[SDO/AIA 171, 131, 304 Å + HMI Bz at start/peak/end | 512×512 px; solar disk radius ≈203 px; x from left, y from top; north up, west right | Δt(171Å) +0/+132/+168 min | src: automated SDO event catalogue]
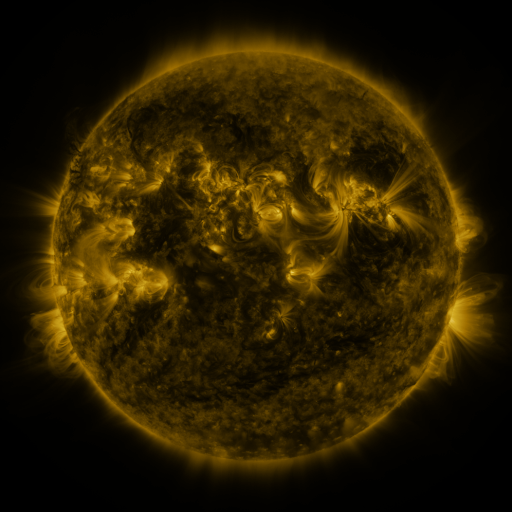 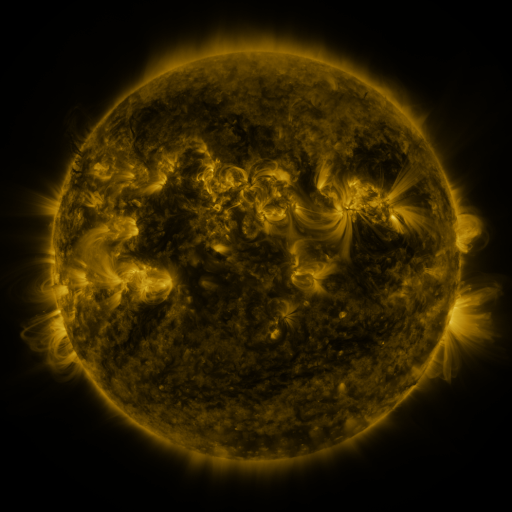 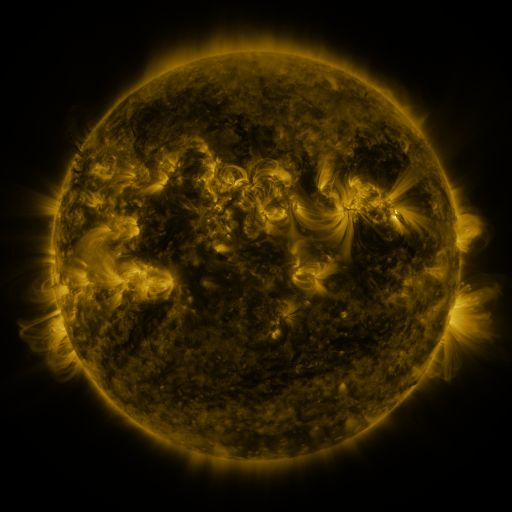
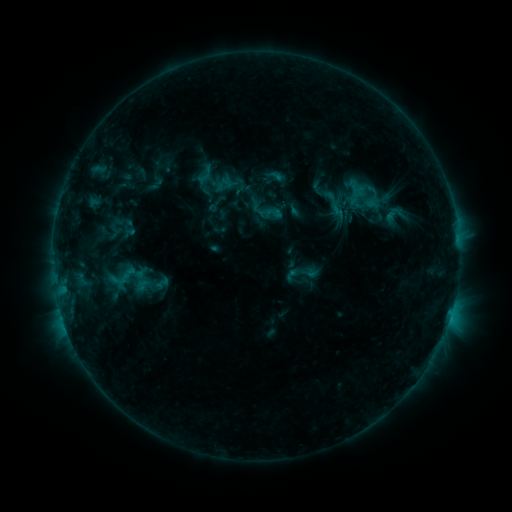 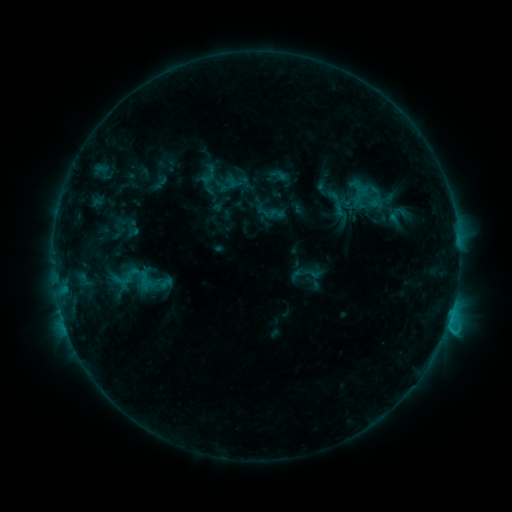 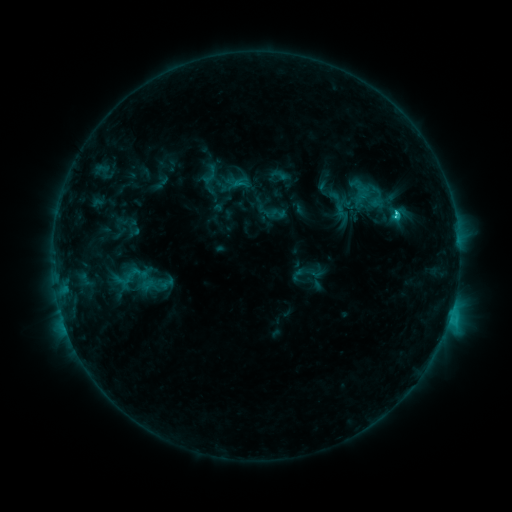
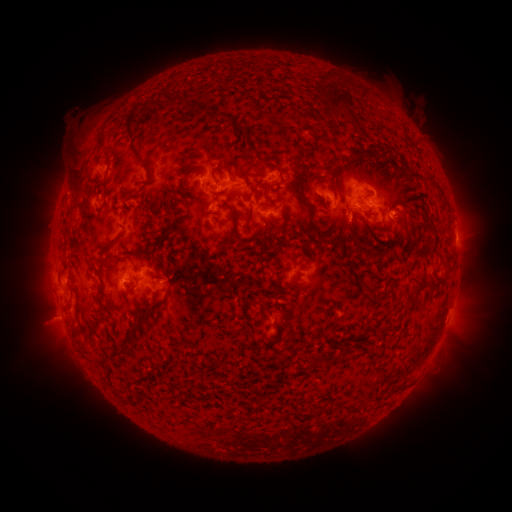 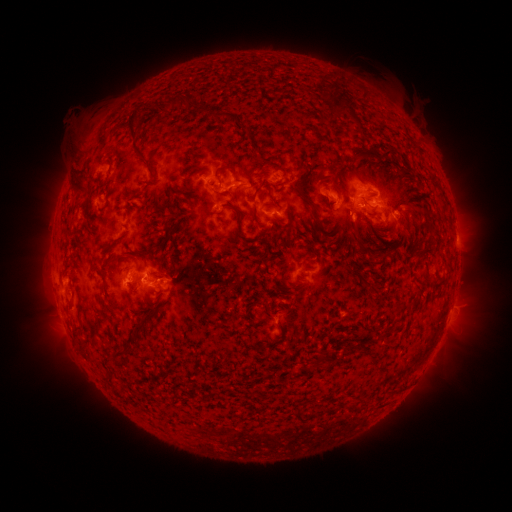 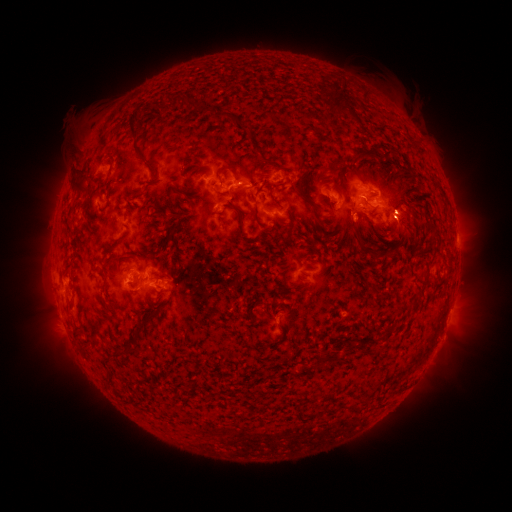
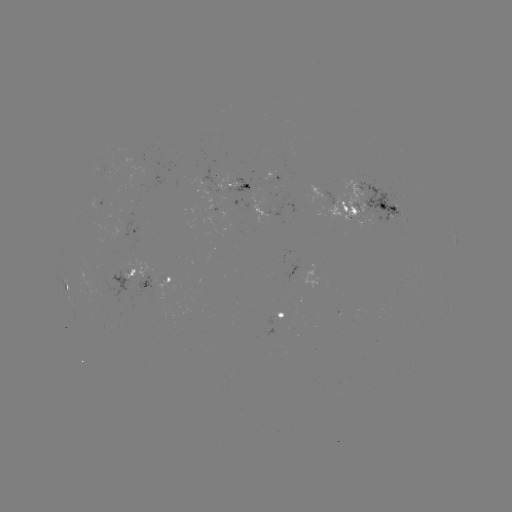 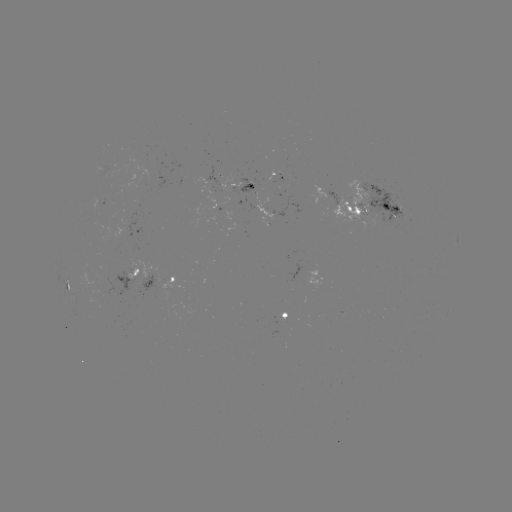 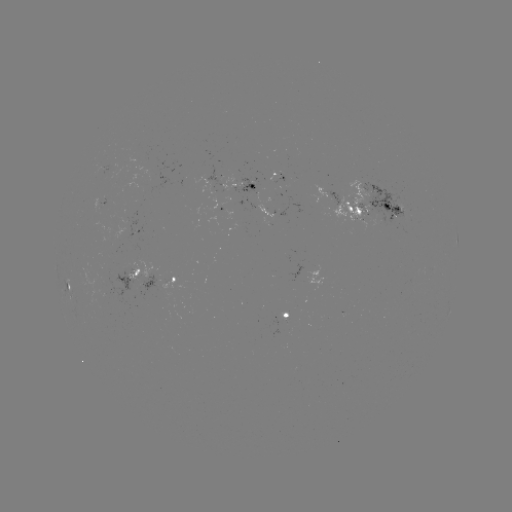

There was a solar emerging-flux region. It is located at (380, 209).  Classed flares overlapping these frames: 2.